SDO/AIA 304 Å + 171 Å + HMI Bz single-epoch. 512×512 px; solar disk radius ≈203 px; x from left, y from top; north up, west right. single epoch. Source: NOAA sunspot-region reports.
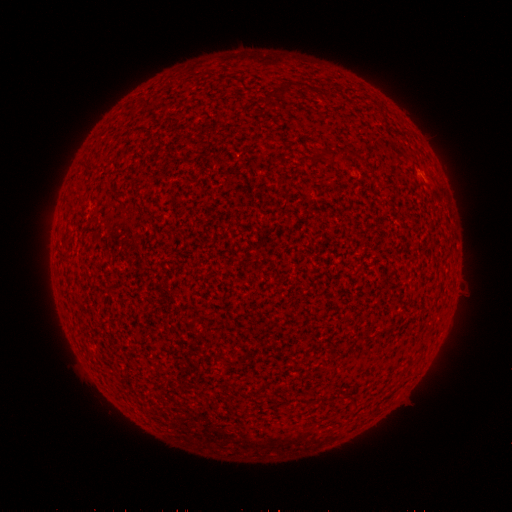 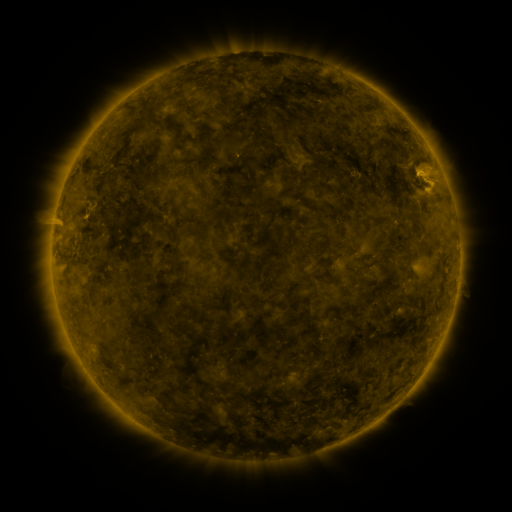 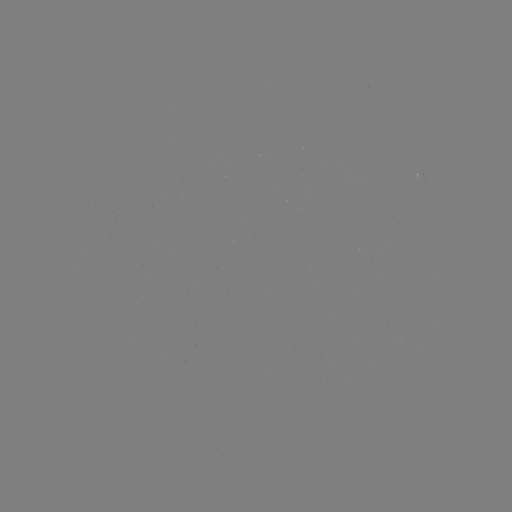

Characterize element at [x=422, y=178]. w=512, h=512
spotted active region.